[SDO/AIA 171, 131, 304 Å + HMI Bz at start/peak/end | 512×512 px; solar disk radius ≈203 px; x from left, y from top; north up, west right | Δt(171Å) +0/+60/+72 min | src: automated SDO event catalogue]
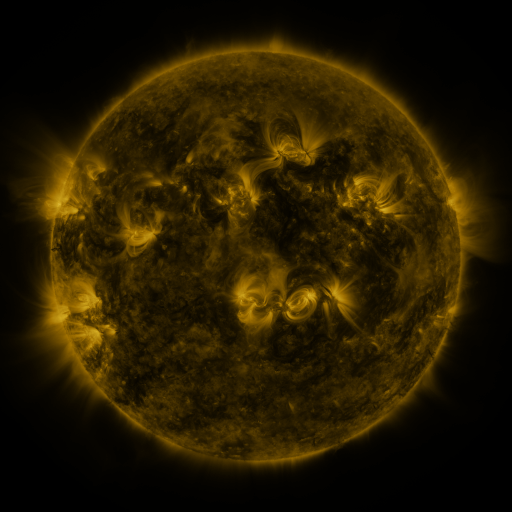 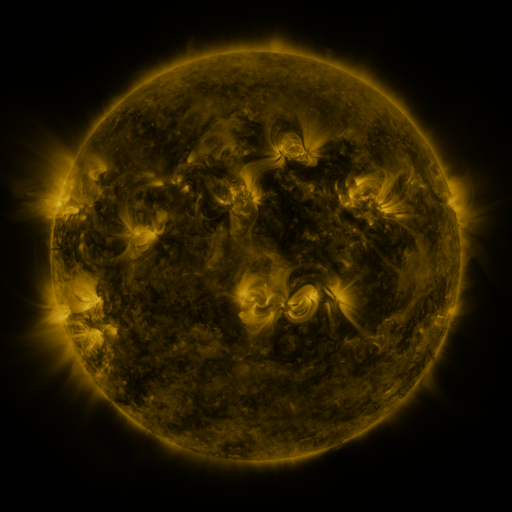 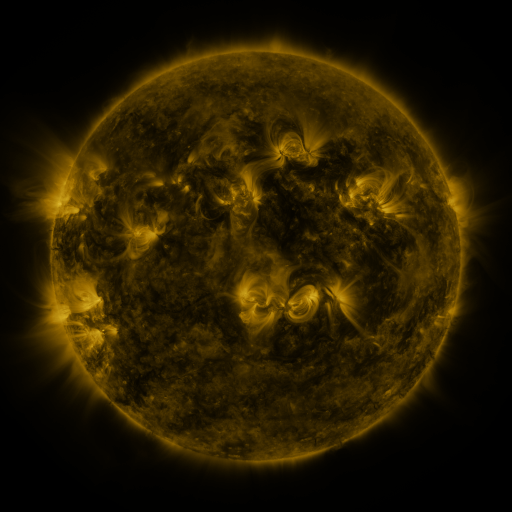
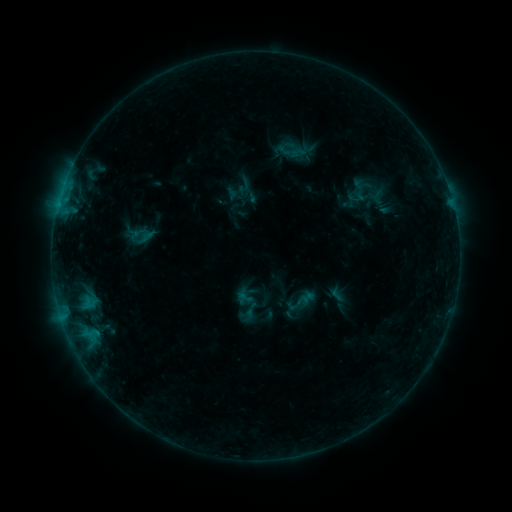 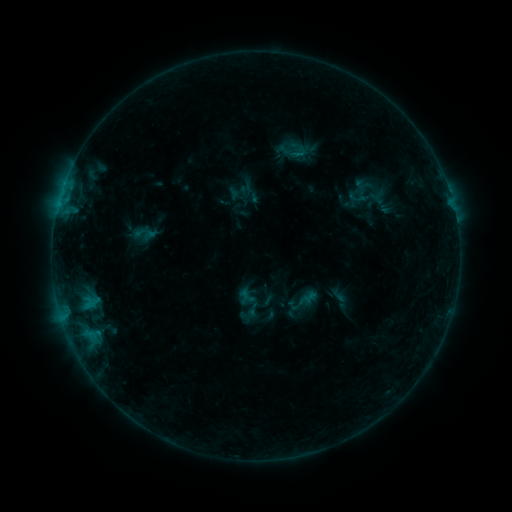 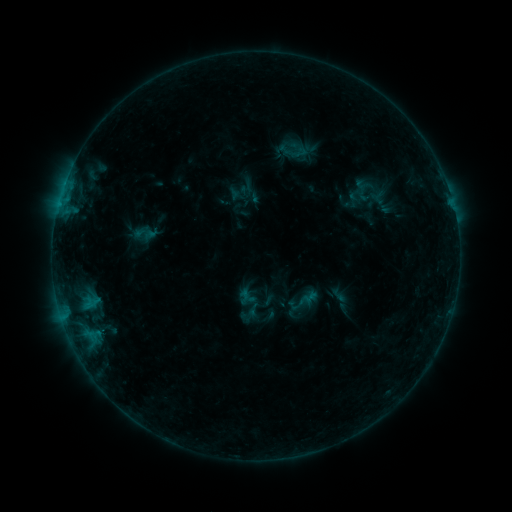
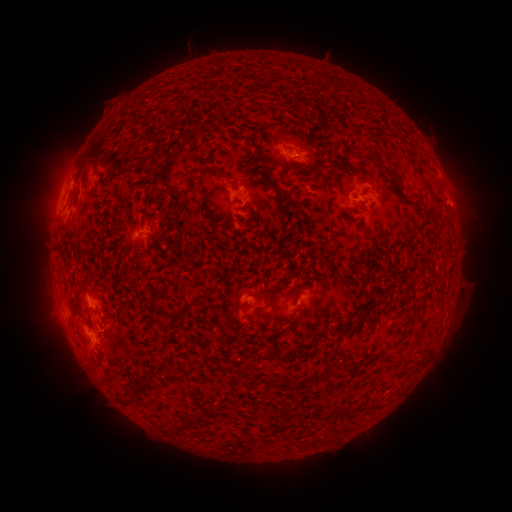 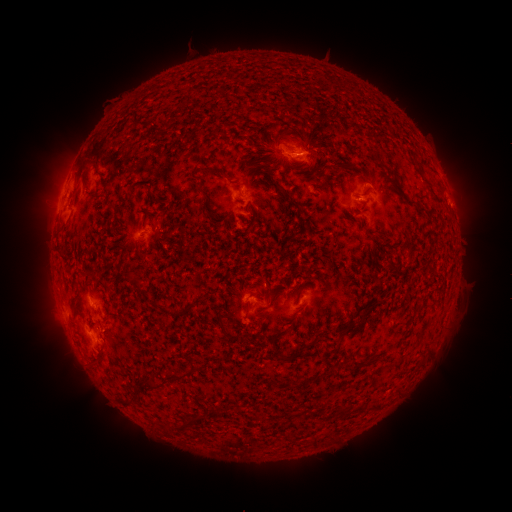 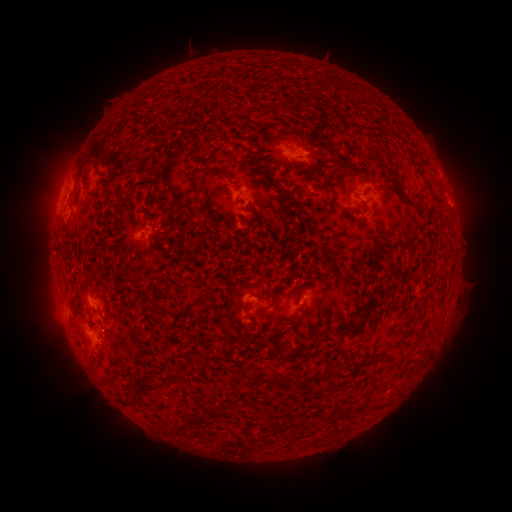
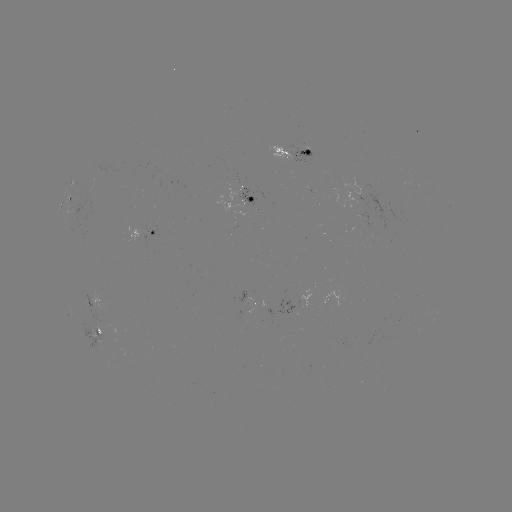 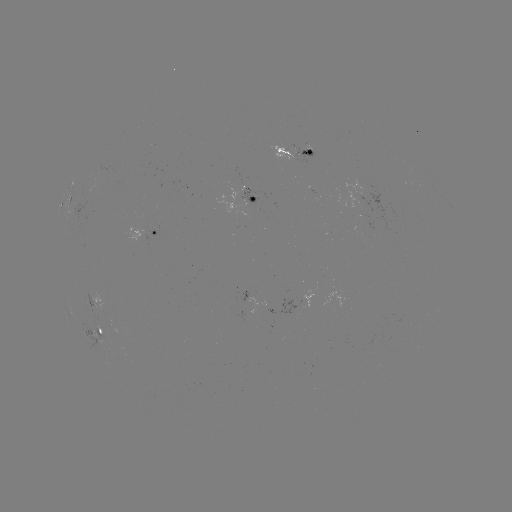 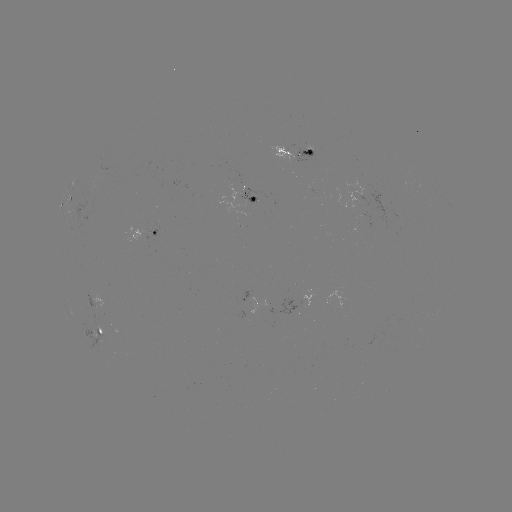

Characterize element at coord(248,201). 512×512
emerging-flux region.